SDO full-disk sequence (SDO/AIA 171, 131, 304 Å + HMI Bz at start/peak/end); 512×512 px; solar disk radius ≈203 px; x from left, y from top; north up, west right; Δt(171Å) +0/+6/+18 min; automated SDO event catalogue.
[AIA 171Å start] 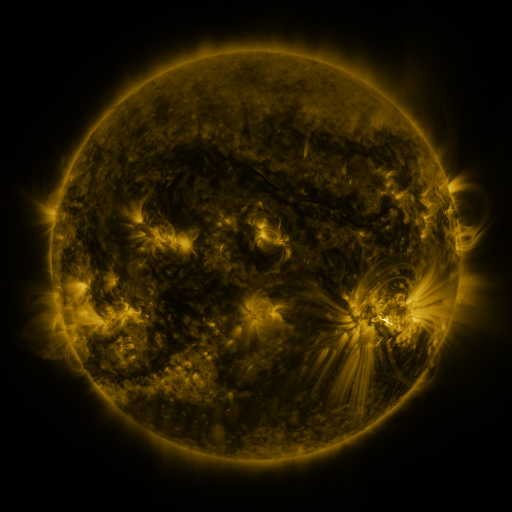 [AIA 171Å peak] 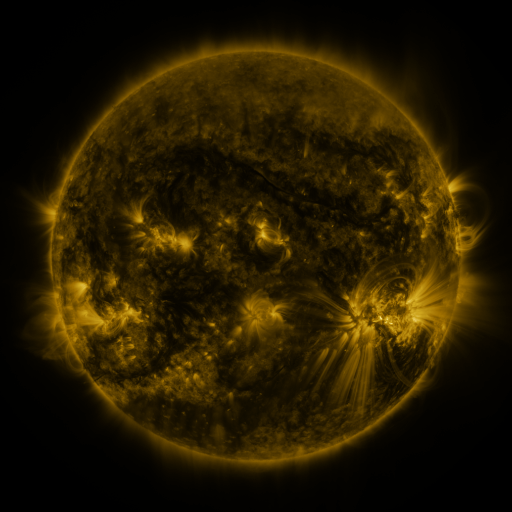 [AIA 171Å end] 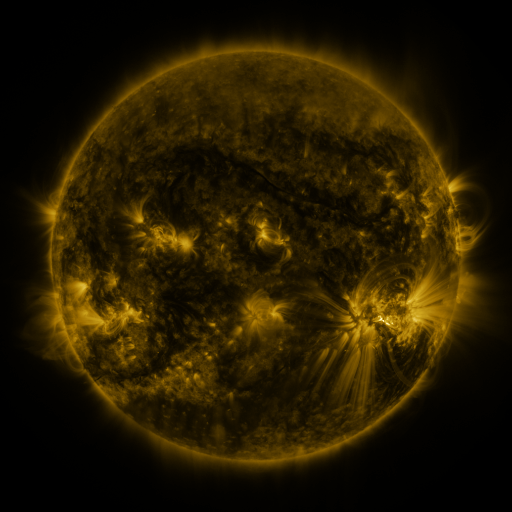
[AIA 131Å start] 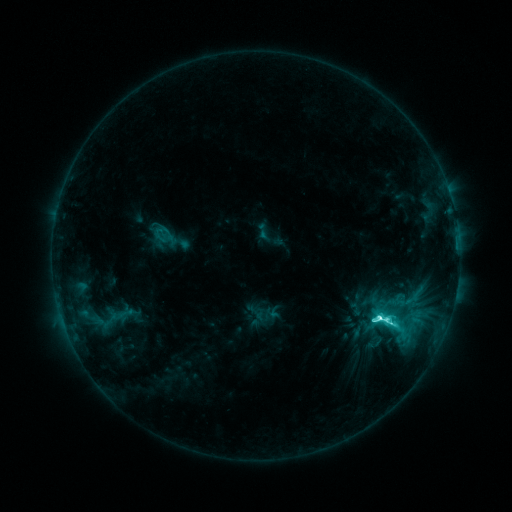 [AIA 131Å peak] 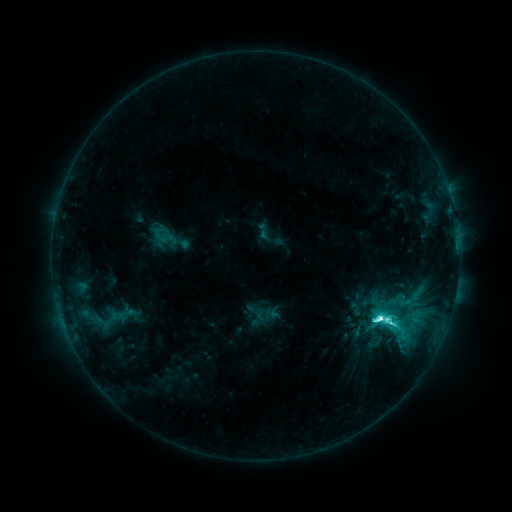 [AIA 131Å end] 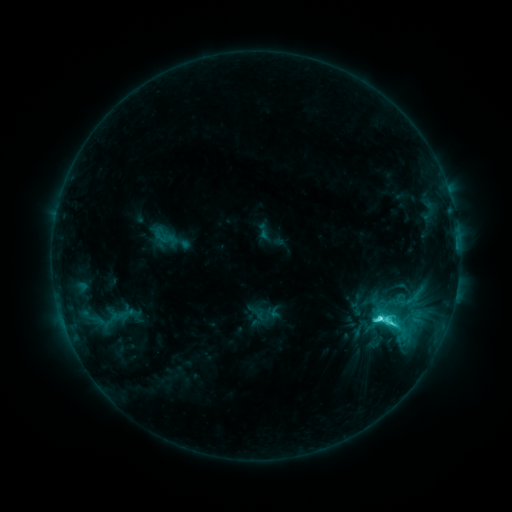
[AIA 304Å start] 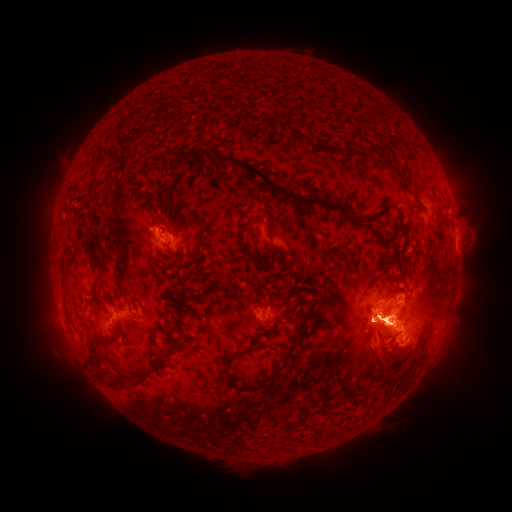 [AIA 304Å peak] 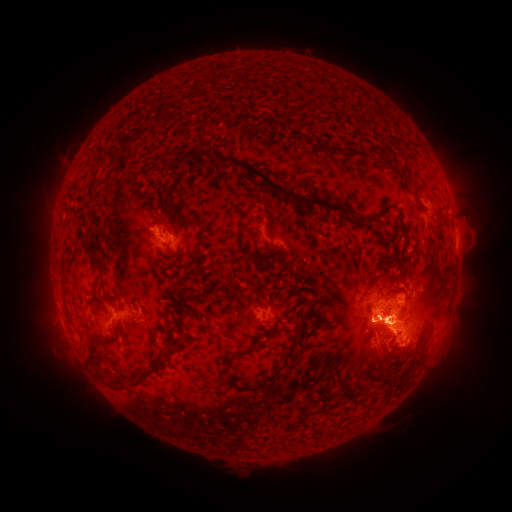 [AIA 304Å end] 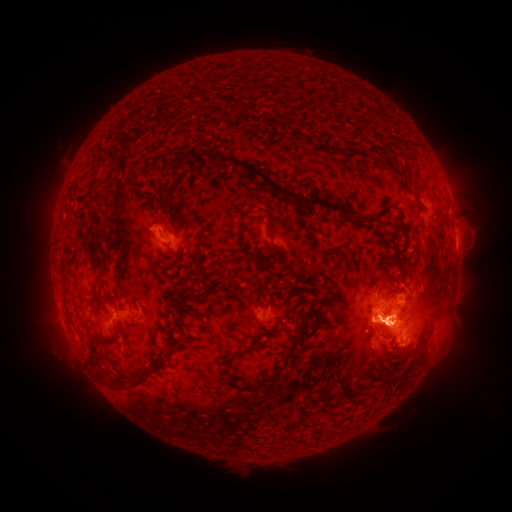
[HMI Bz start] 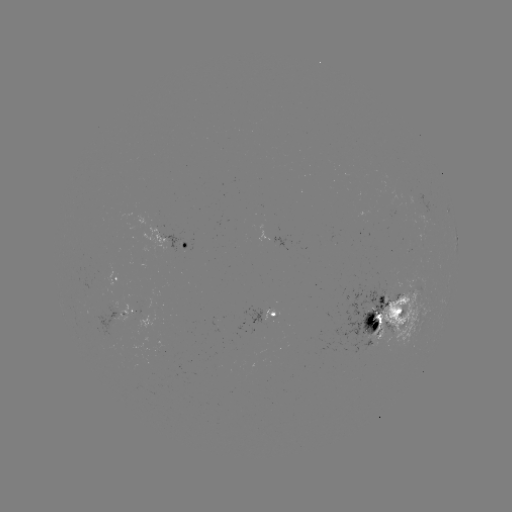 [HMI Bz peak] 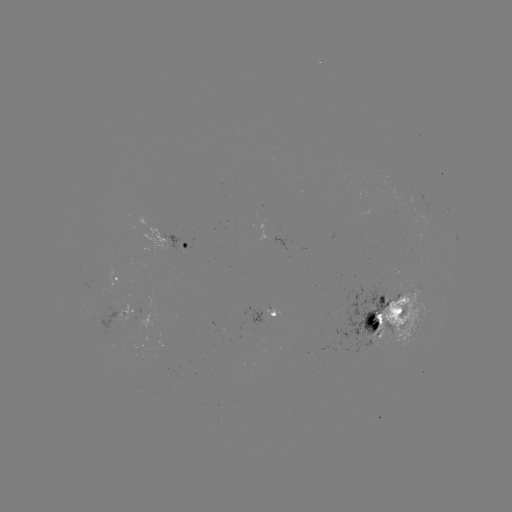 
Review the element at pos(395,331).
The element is eruption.